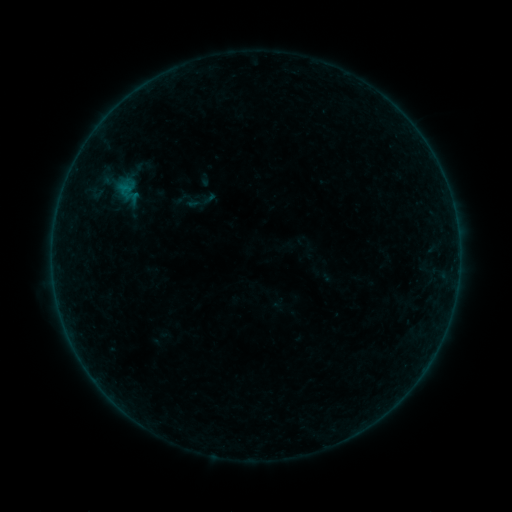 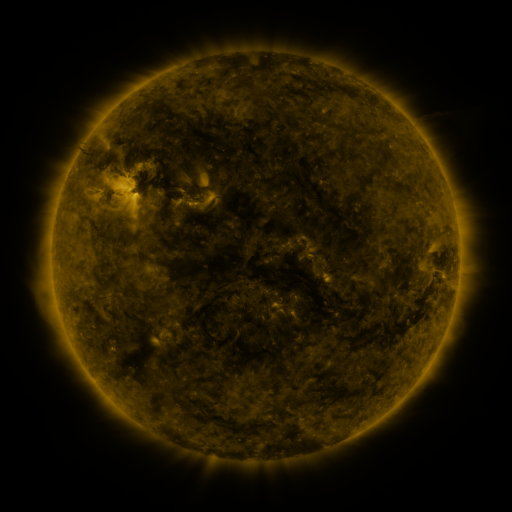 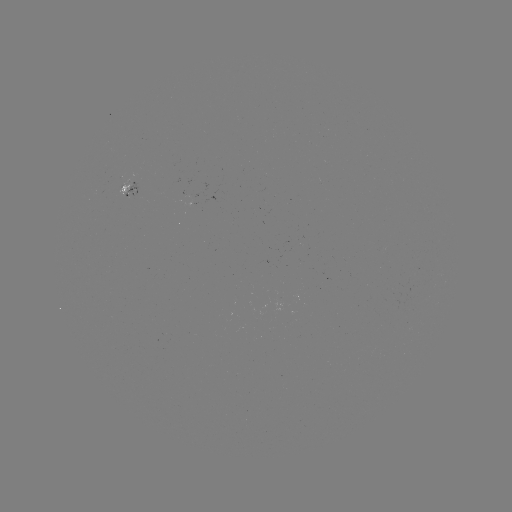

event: sigmoid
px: (199, 201)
